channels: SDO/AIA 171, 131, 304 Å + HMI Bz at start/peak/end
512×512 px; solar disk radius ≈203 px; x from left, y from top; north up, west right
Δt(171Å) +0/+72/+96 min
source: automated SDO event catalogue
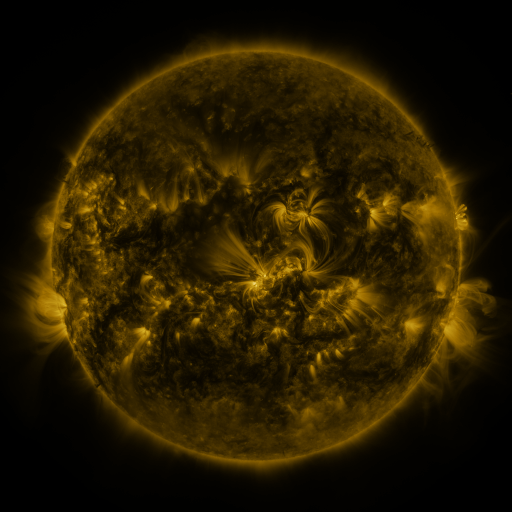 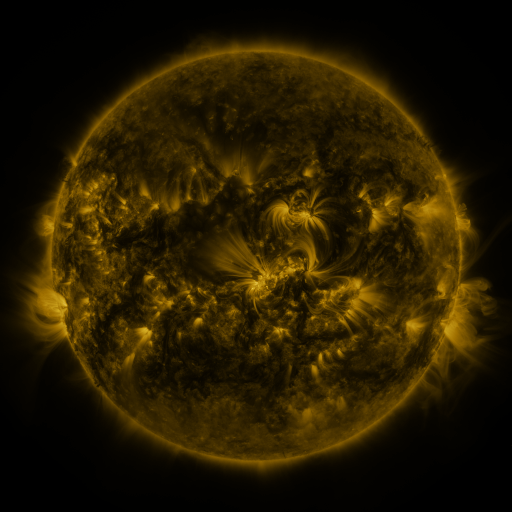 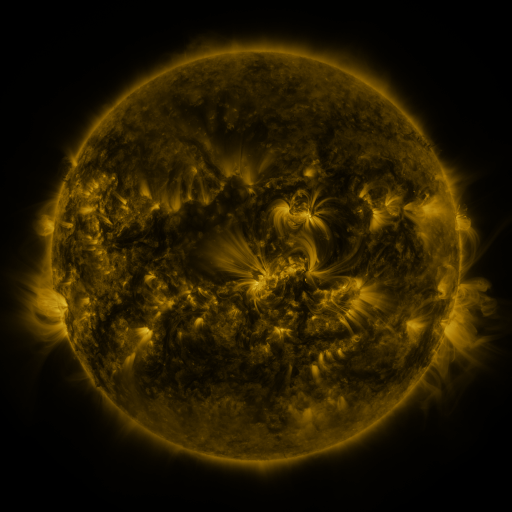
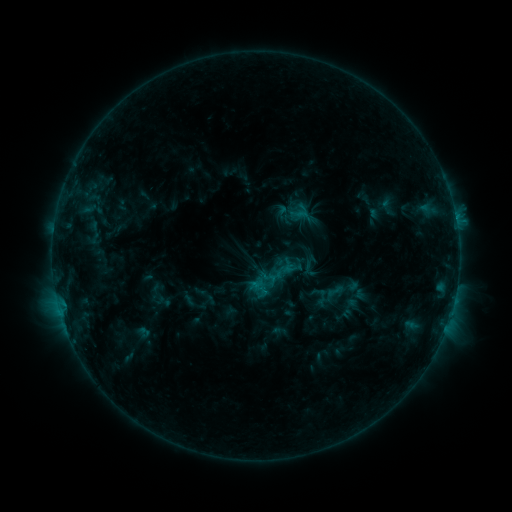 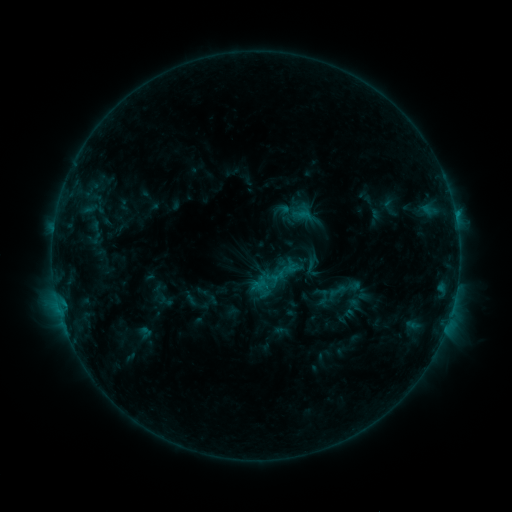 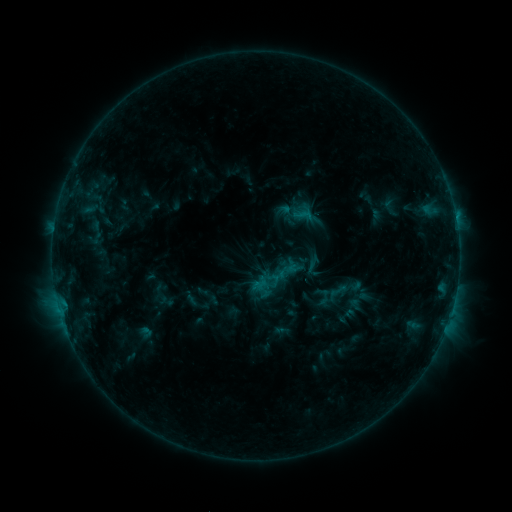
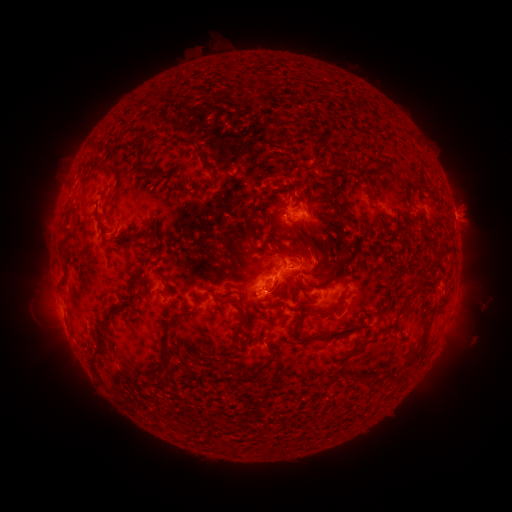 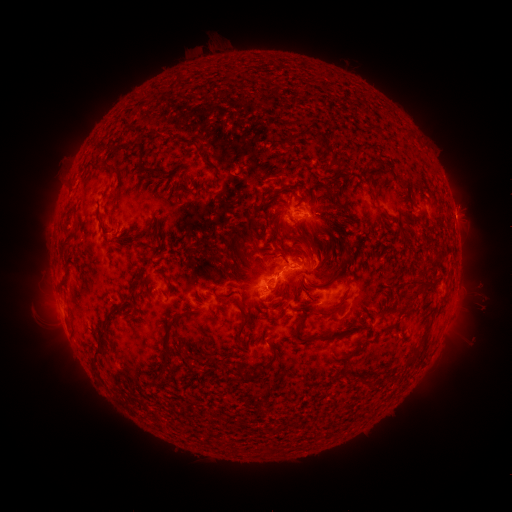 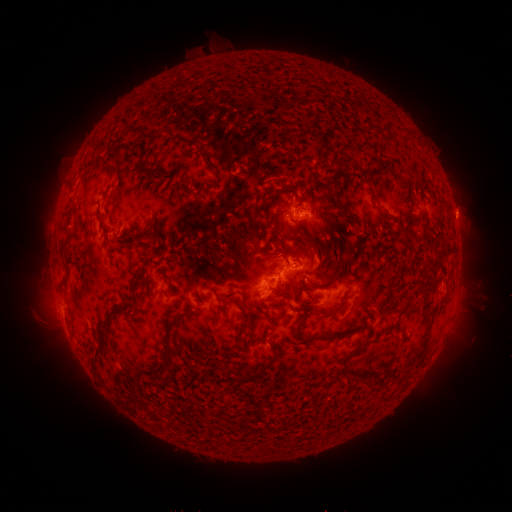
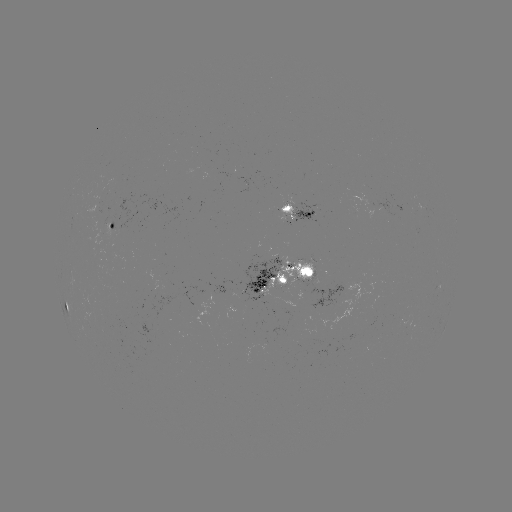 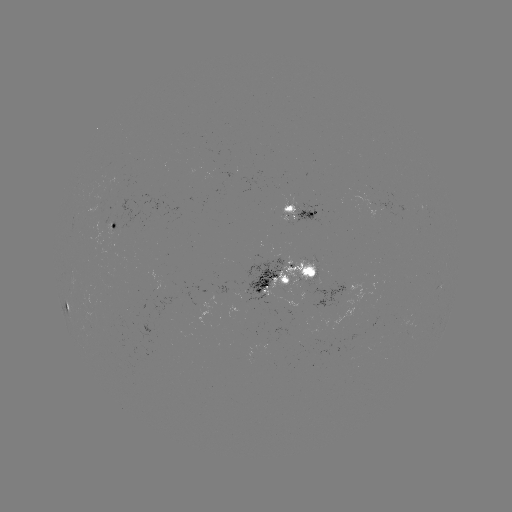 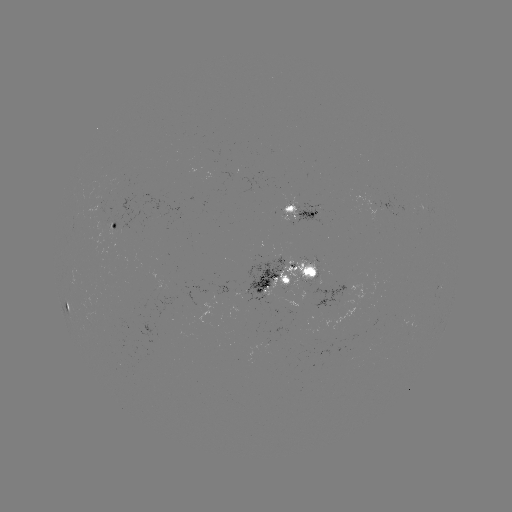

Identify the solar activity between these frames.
emerging-flux region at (109, 225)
